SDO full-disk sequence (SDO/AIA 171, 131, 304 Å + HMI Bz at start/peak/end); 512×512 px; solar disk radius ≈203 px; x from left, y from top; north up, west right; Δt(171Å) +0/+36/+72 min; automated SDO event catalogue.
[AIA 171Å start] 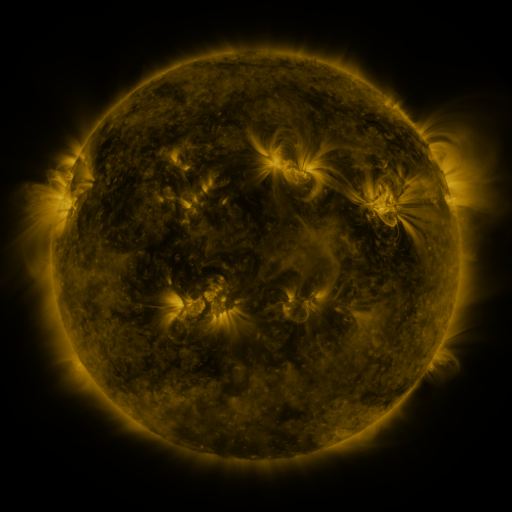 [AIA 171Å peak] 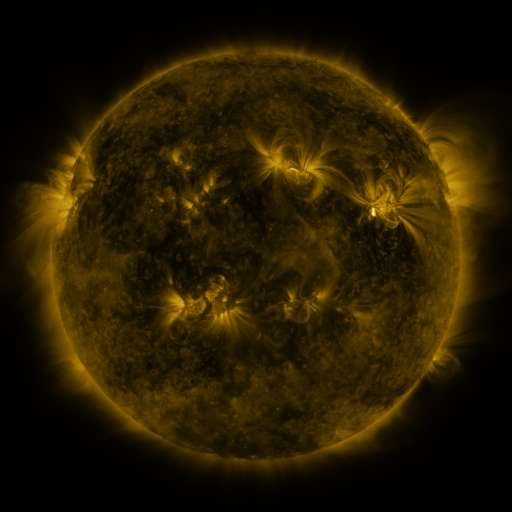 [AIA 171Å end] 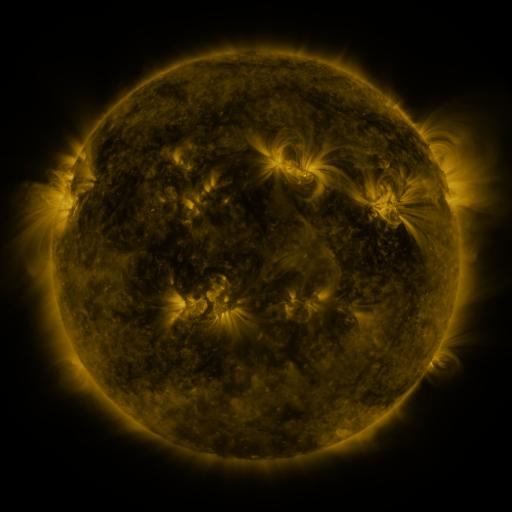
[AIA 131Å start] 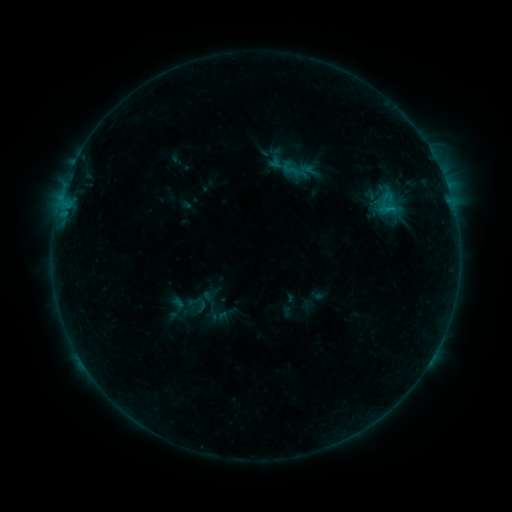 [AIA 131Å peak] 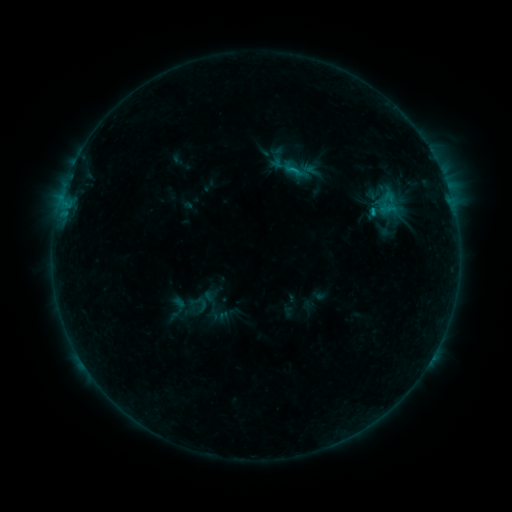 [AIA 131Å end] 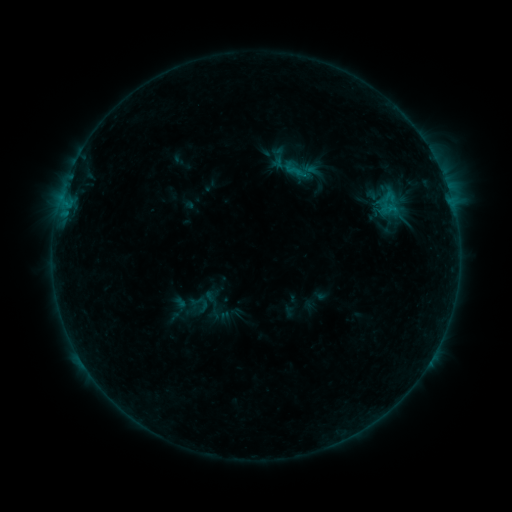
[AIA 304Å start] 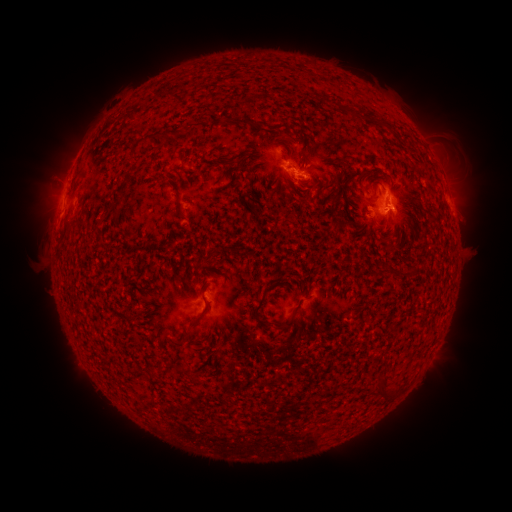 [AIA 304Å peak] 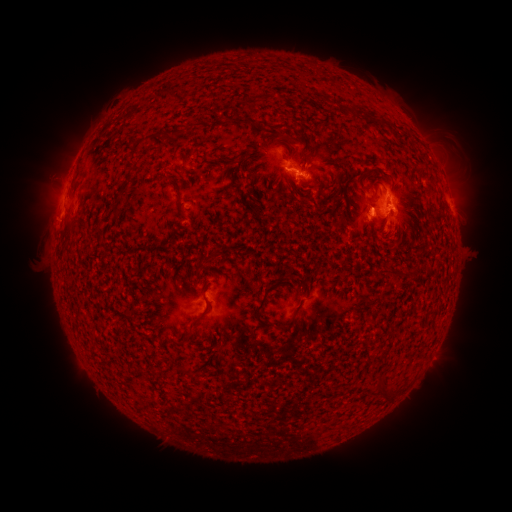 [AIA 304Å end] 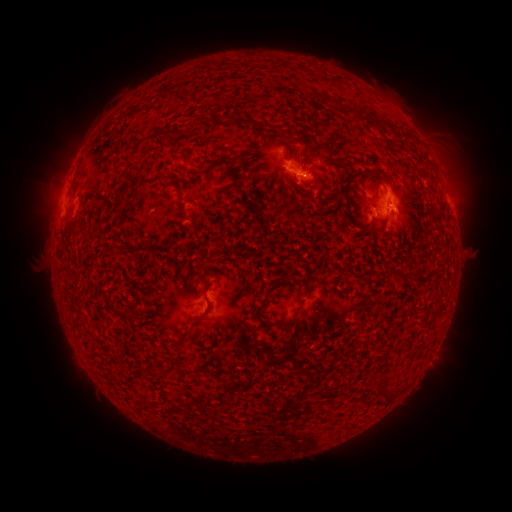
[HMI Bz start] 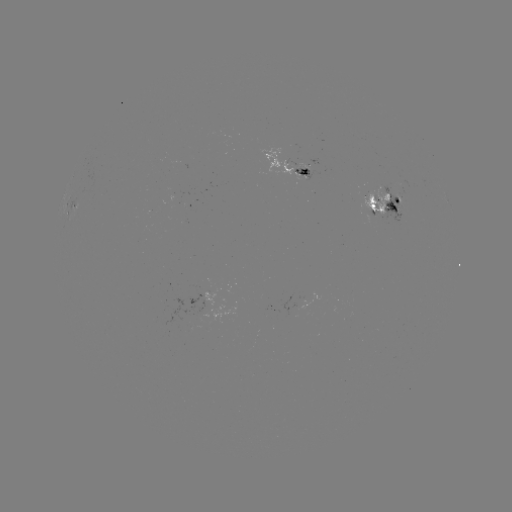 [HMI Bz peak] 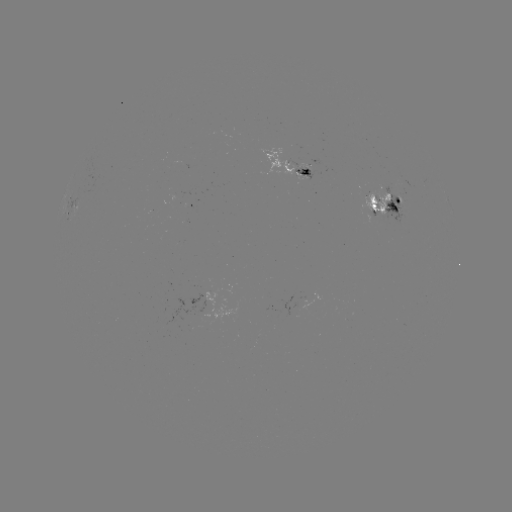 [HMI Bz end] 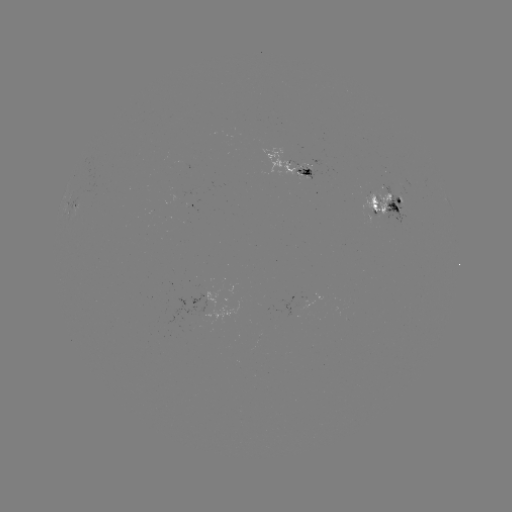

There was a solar emerging-flux region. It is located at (293, 164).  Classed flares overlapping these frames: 1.